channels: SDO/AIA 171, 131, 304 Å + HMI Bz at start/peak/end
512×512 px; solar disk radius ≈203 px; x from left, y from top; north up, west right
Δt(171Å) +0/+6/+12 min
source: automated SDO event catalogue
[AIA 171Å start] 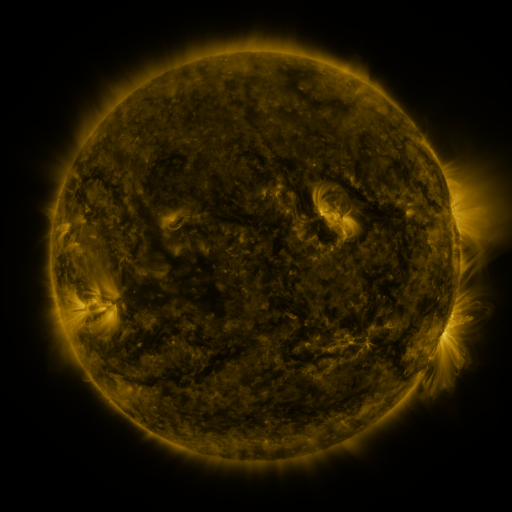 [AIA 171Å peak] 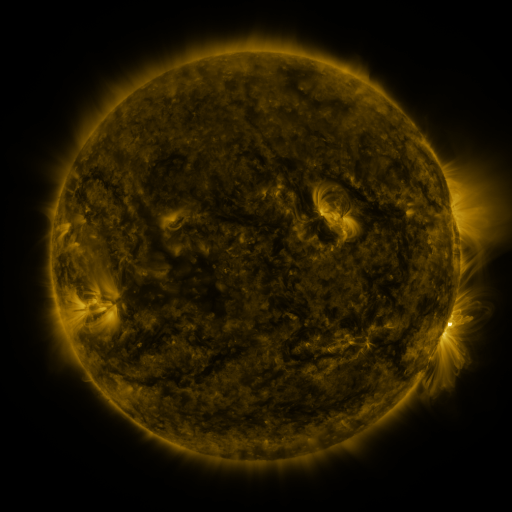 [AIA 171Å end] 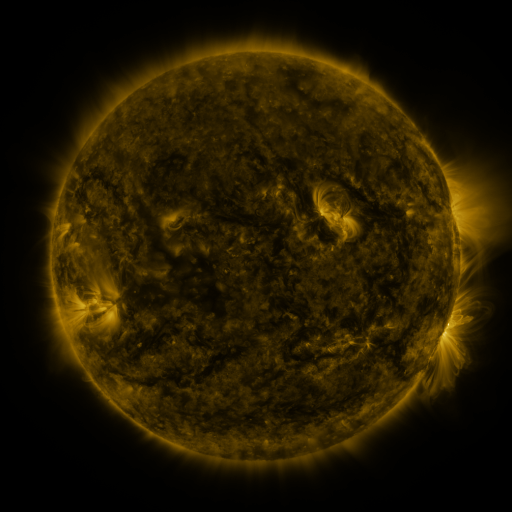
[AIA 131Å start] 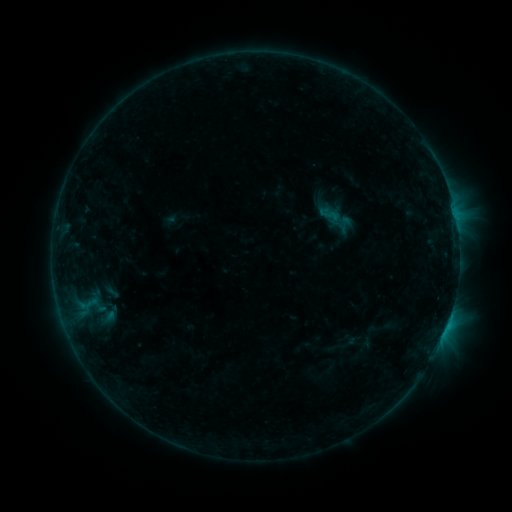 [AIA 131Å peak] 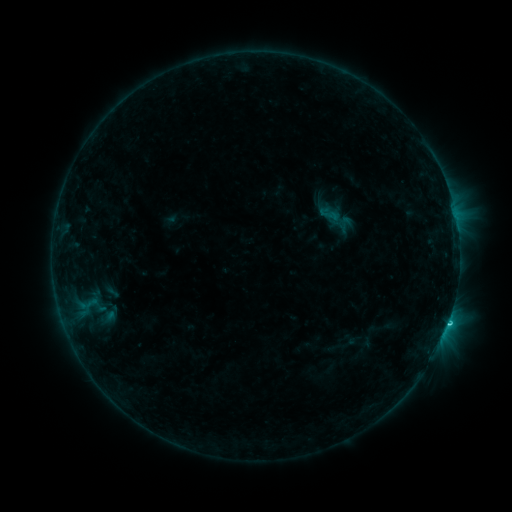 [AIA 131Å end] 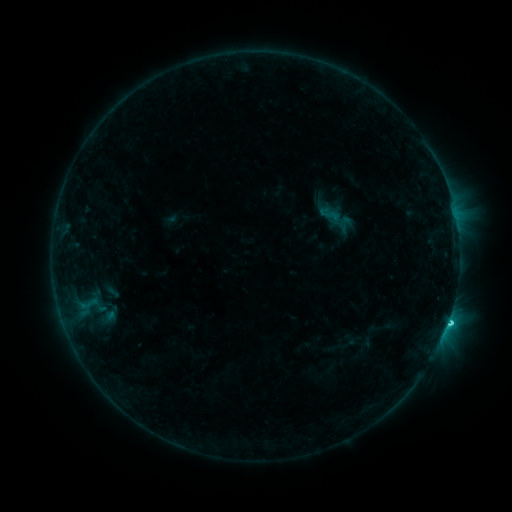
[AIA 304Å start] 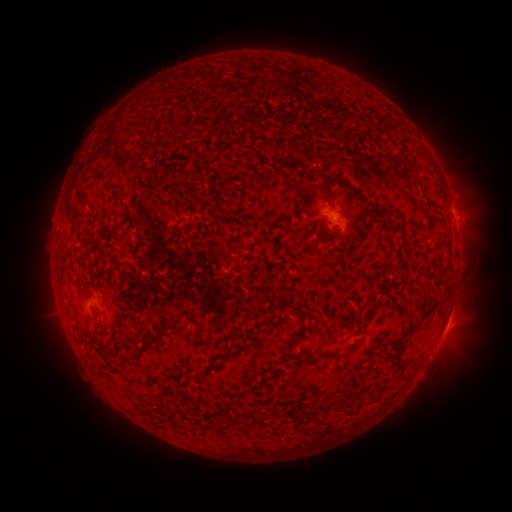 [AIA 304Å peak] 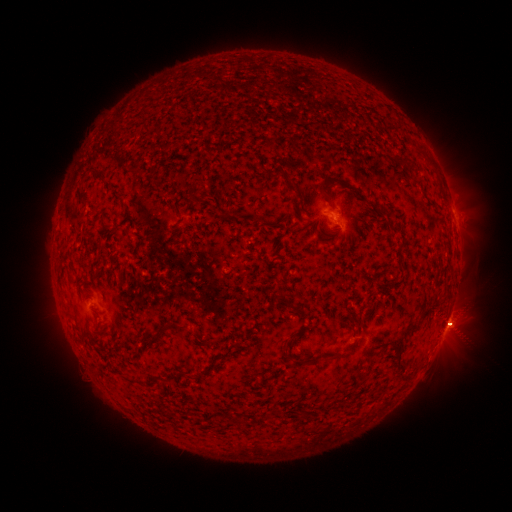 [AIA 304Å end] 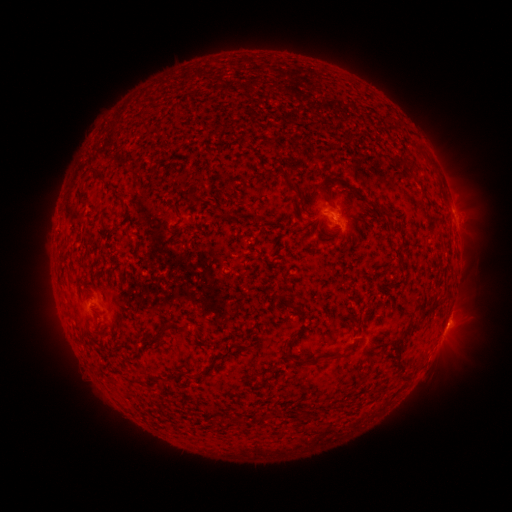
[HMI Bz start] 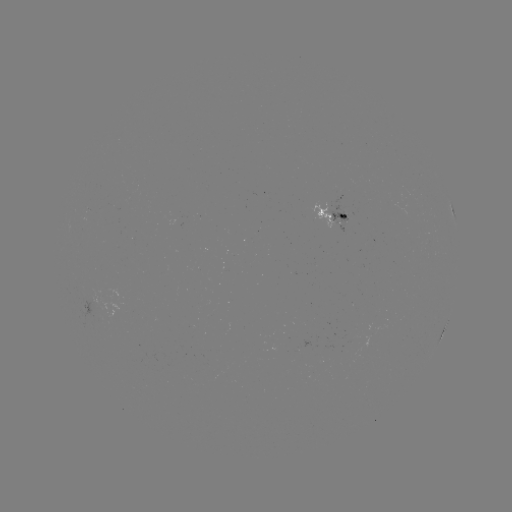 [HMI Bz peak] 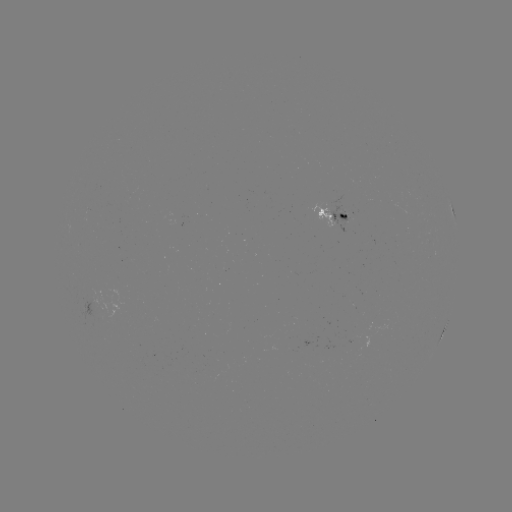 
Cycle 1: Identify eruption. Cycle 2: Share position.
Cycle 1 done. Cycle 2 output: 458,327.